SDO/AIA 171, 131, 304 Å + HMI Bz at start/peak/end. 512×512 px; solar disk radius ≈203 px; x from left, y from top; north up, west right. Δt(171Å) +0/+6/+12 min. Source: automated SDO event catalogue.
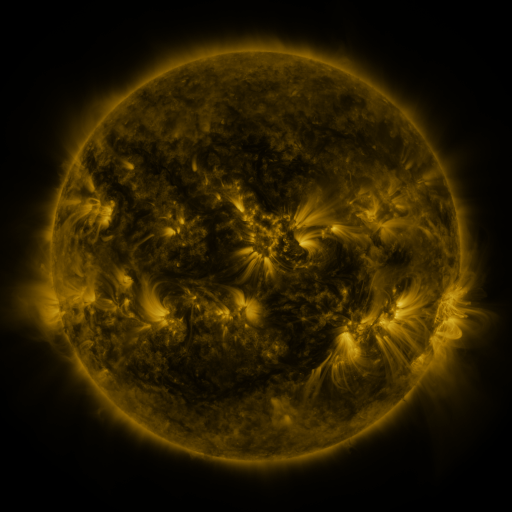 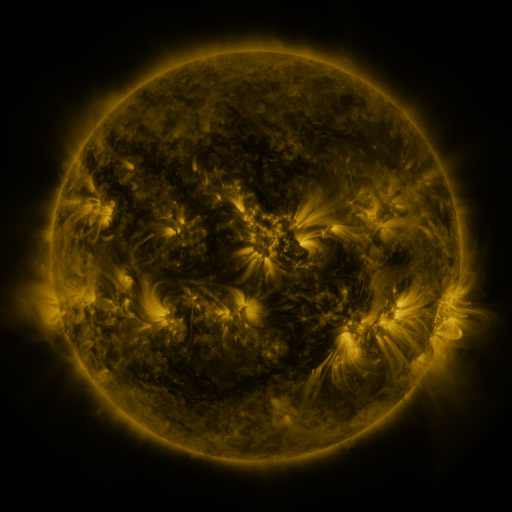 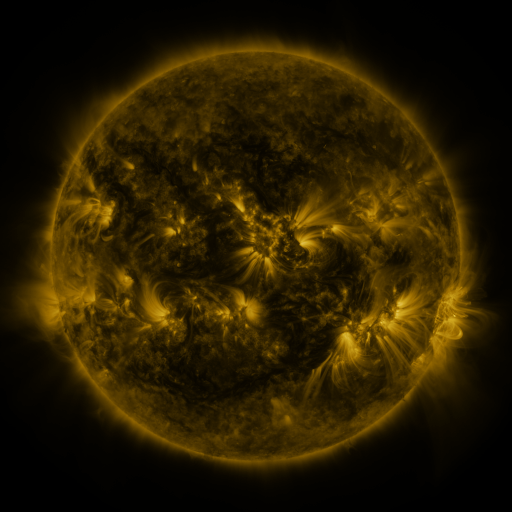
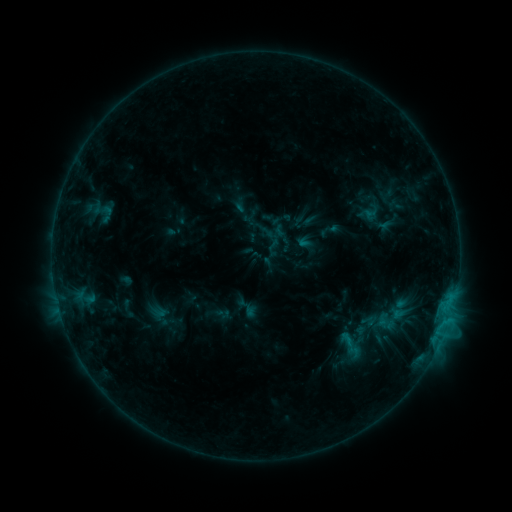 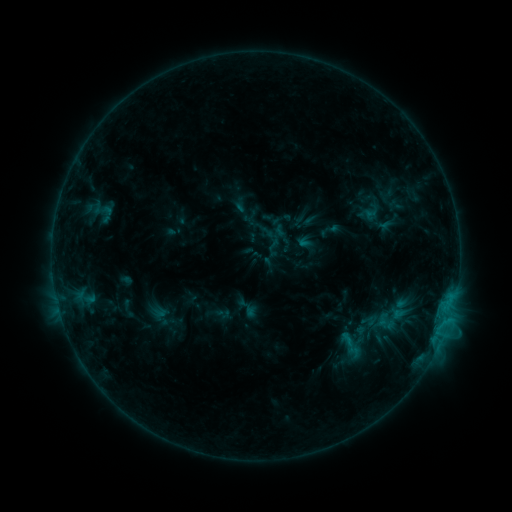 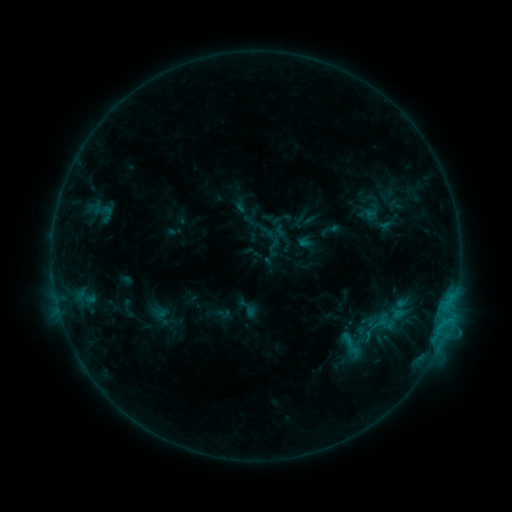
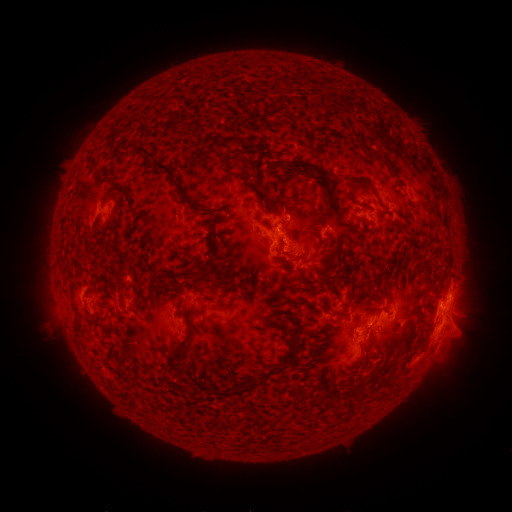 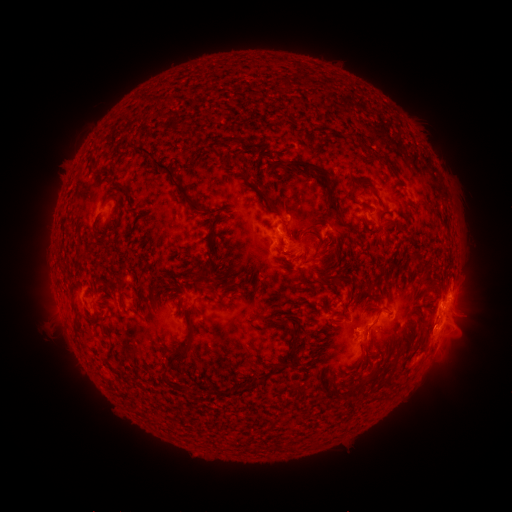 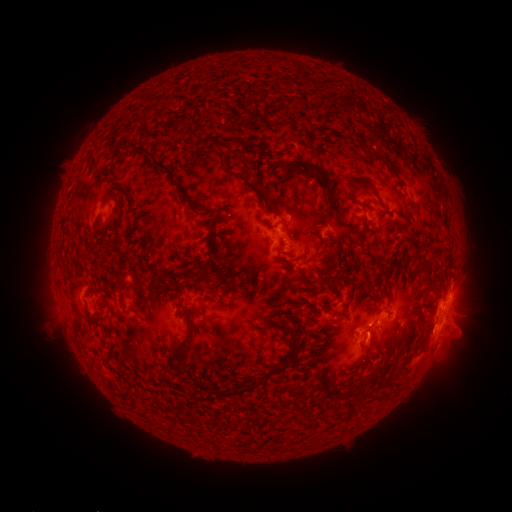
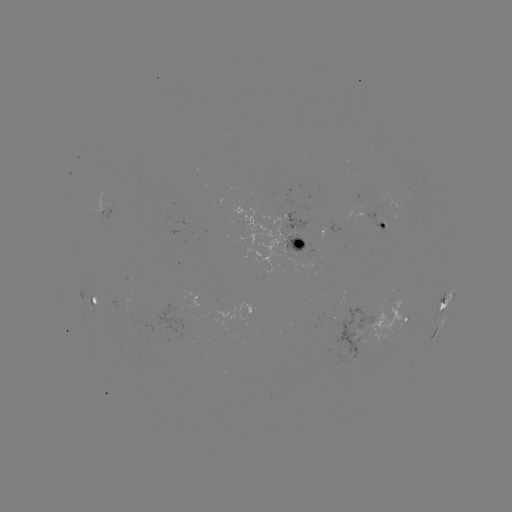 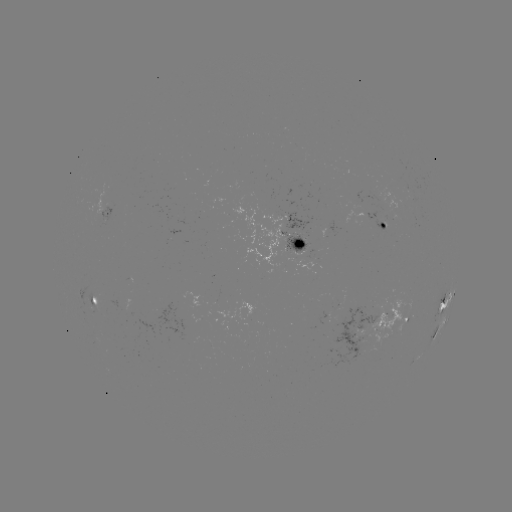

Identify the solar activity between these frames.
eruption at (373, 345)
